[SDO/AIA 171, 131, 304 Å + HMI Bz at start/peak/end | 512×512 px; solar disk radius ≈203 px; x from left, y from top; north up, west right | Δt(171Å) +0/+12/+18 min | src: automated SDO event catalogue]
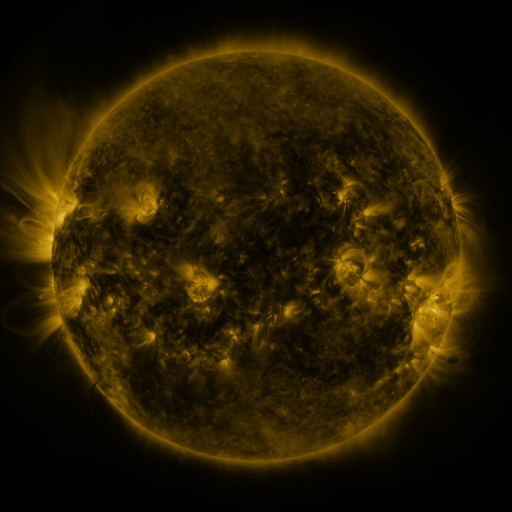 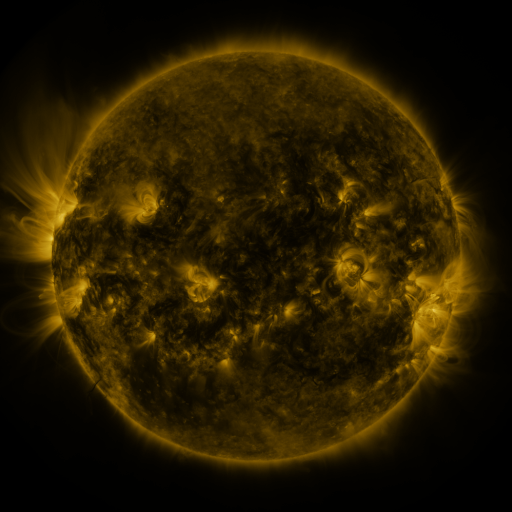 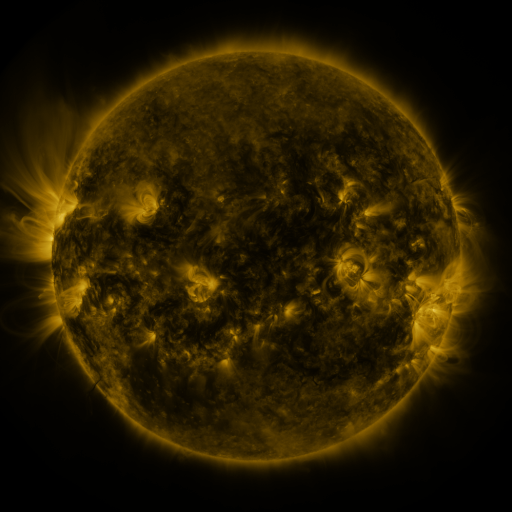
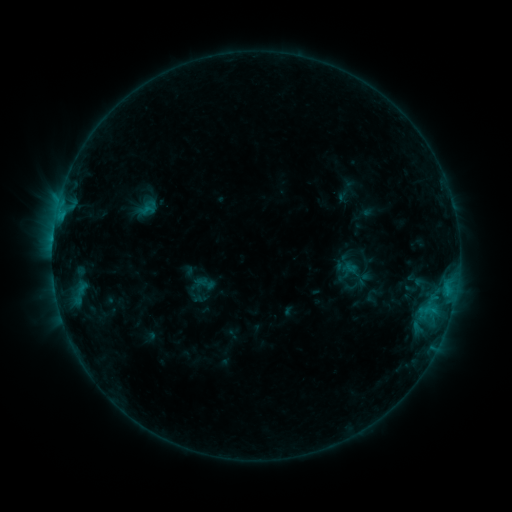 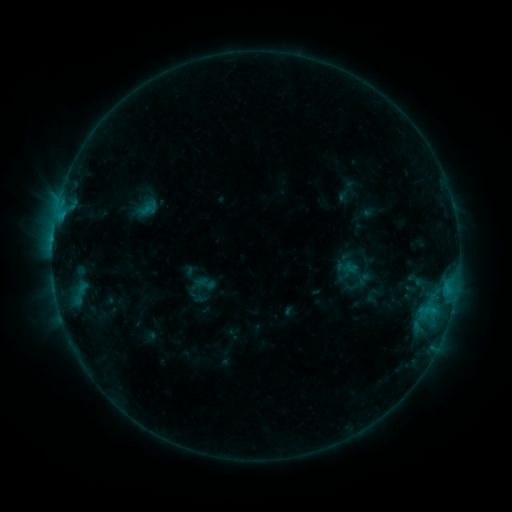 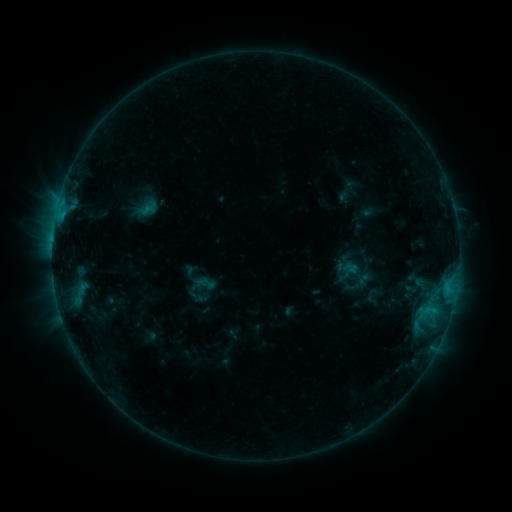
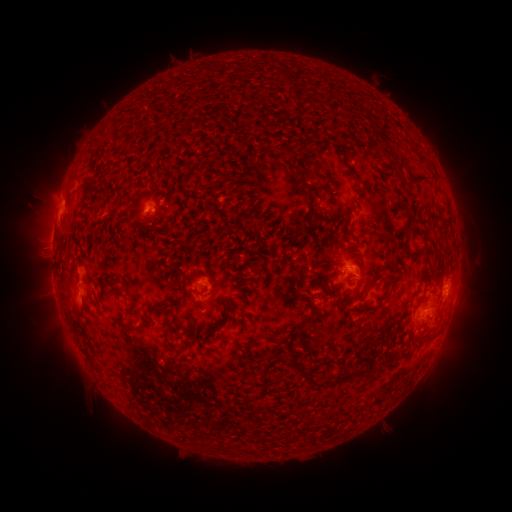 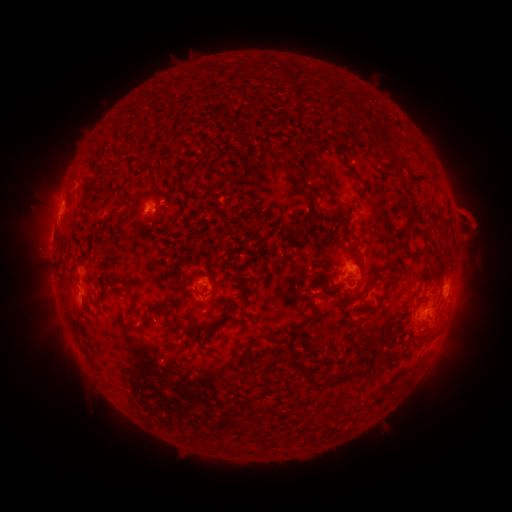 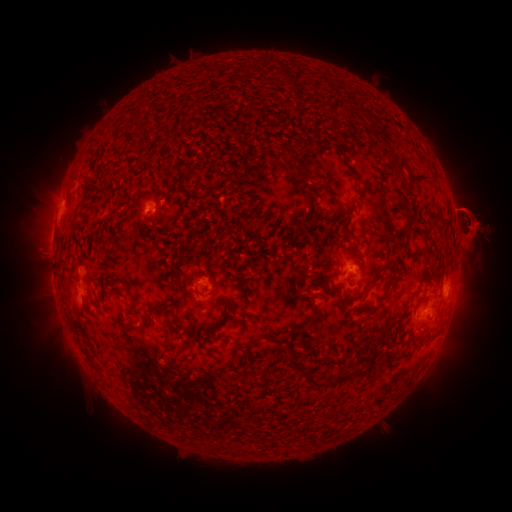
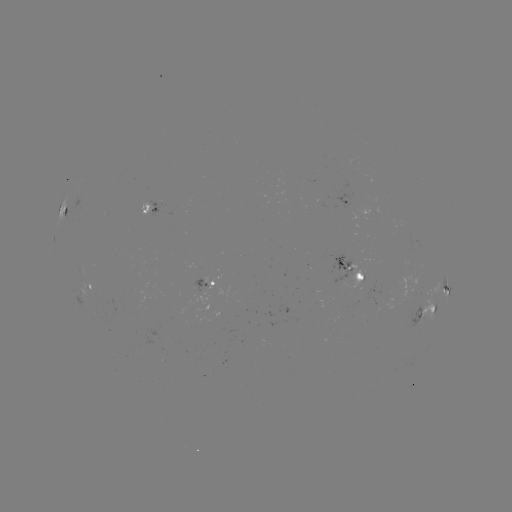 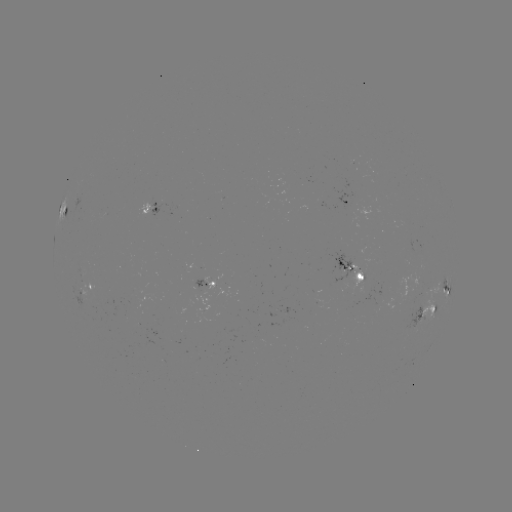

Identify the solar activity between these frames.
eruption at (473, 222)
